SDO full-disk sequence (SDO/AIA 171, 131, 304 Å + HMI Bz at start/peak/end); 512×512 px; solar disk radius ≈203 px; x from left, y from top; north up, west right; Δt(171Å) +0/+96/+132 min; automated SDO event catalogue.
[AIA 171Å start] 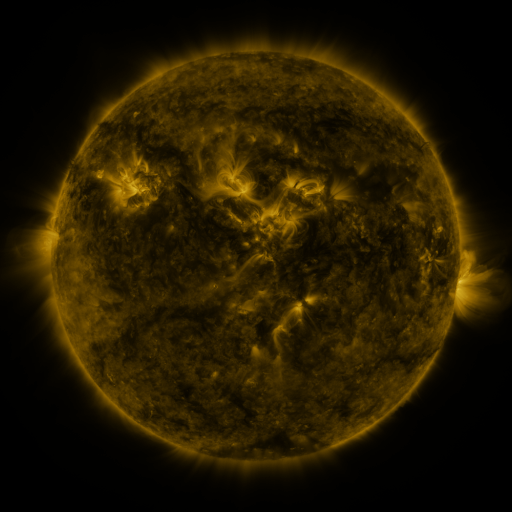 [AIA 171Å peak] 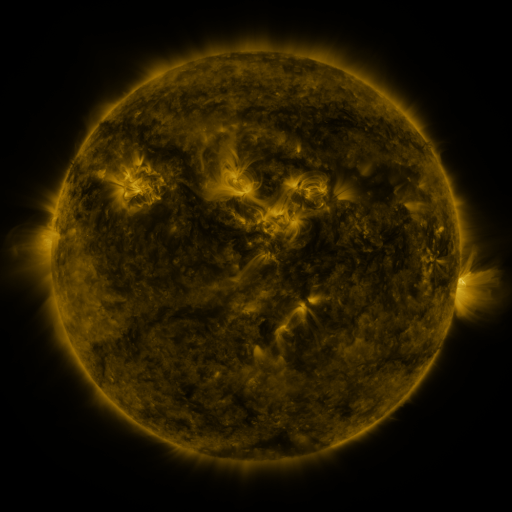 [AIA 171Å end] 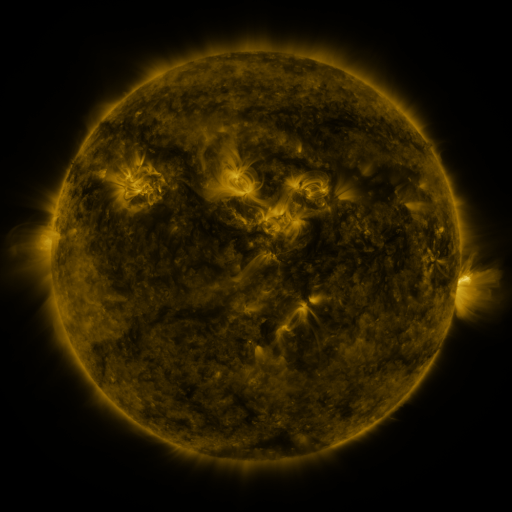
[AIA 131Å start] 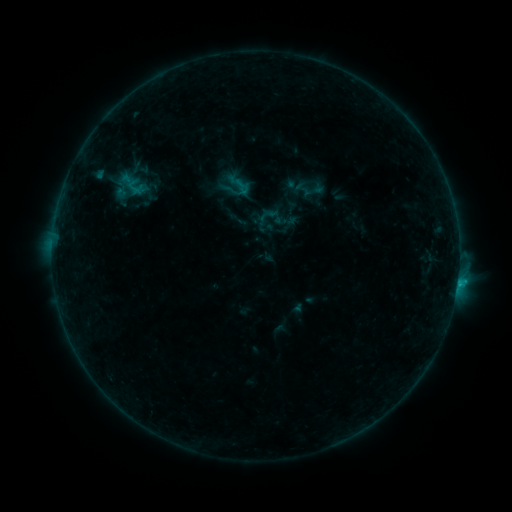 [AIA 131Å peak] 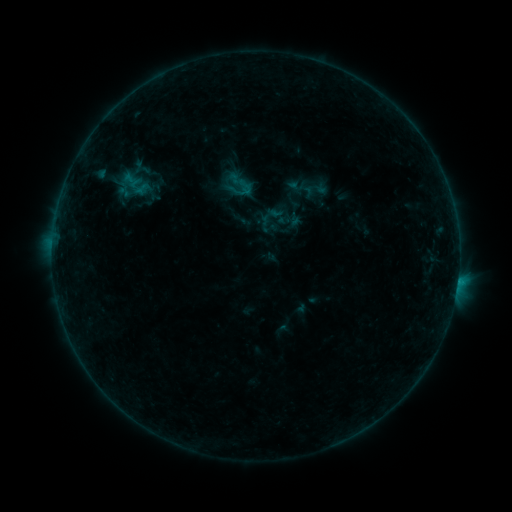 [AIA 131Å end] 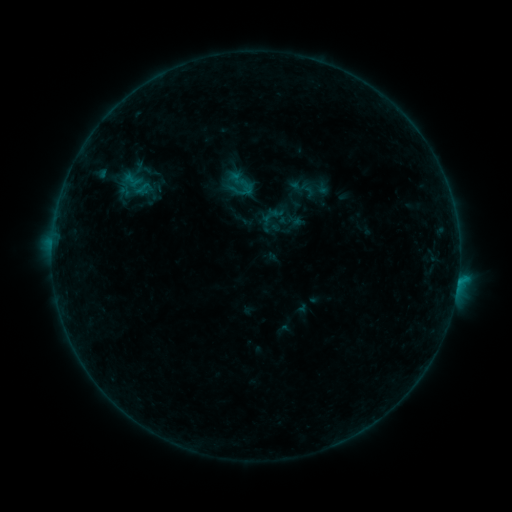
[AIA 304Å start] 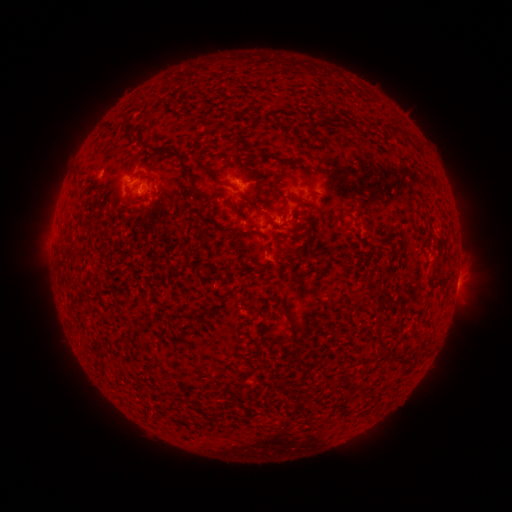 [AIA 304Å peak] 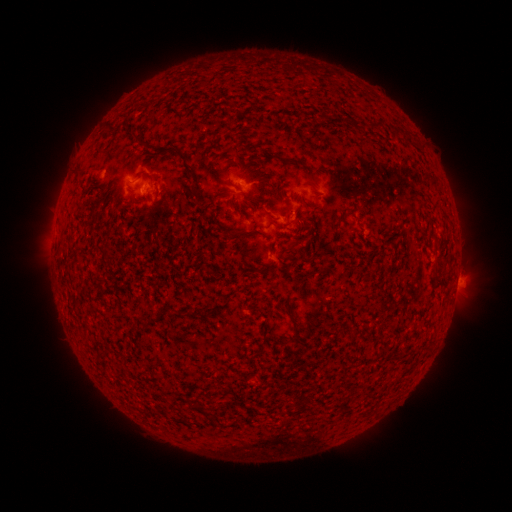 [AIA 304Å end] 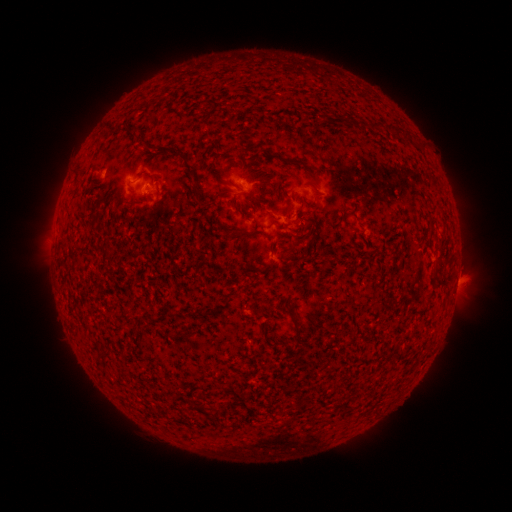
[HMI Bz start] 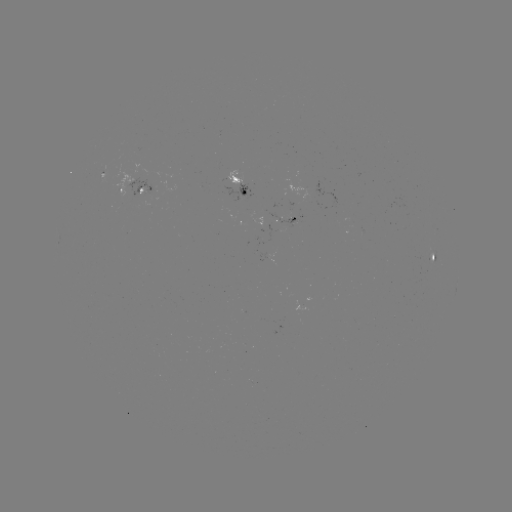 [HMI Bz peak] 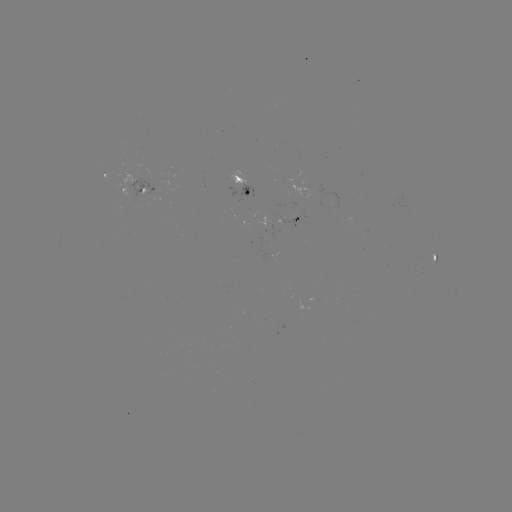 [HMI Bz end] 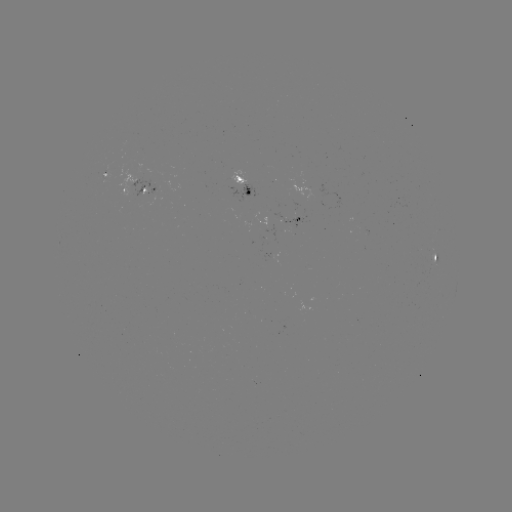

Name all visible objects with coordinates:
emerging-flux region: (150, 189)
